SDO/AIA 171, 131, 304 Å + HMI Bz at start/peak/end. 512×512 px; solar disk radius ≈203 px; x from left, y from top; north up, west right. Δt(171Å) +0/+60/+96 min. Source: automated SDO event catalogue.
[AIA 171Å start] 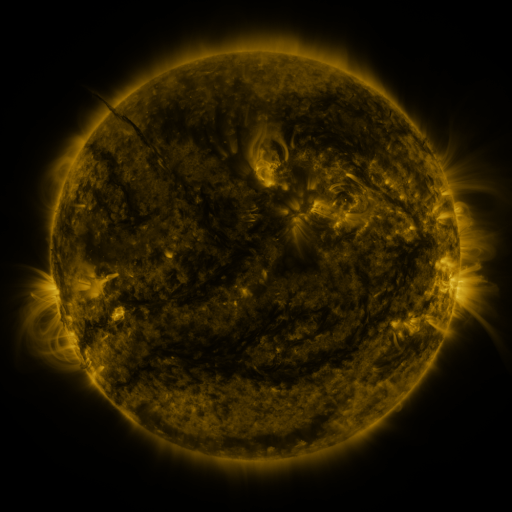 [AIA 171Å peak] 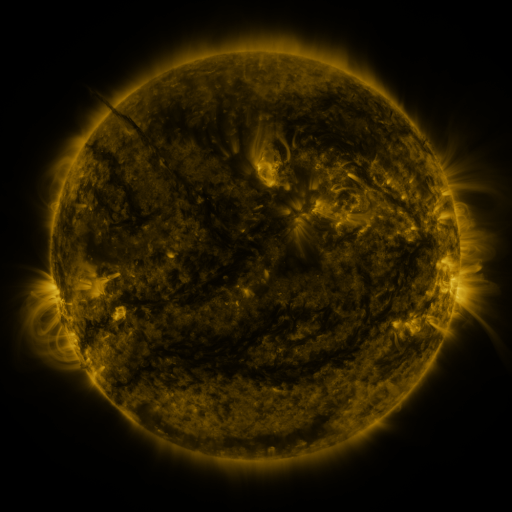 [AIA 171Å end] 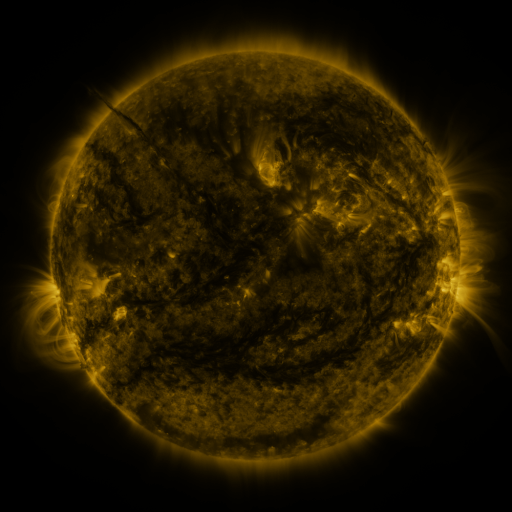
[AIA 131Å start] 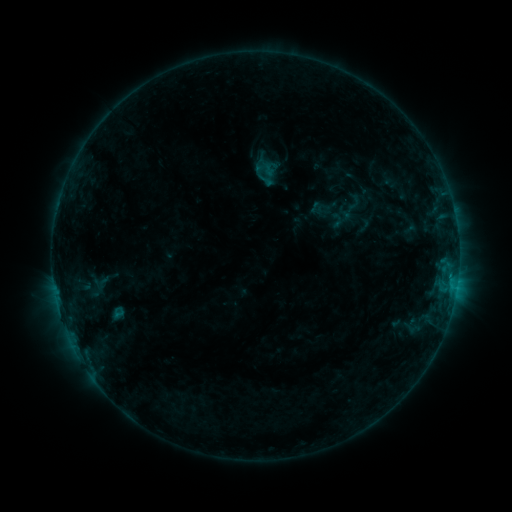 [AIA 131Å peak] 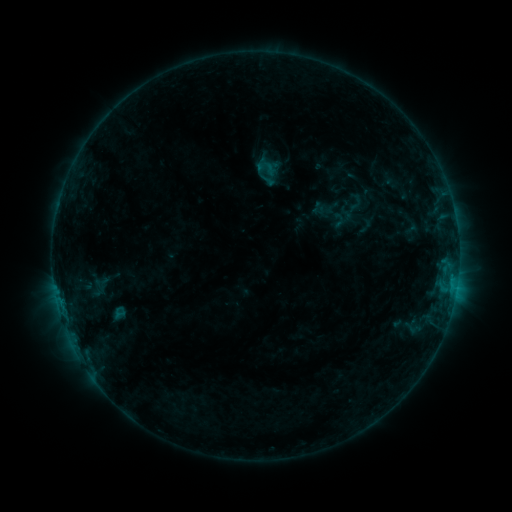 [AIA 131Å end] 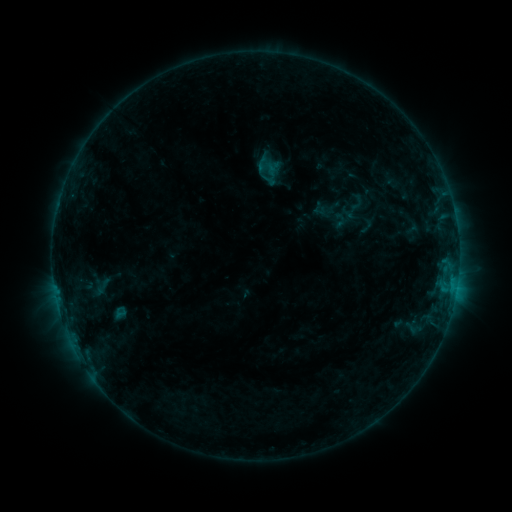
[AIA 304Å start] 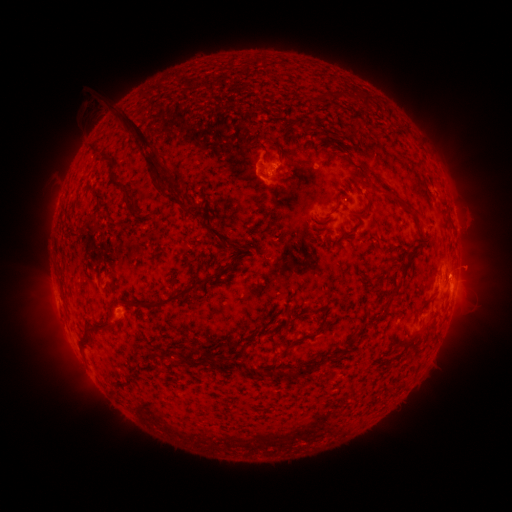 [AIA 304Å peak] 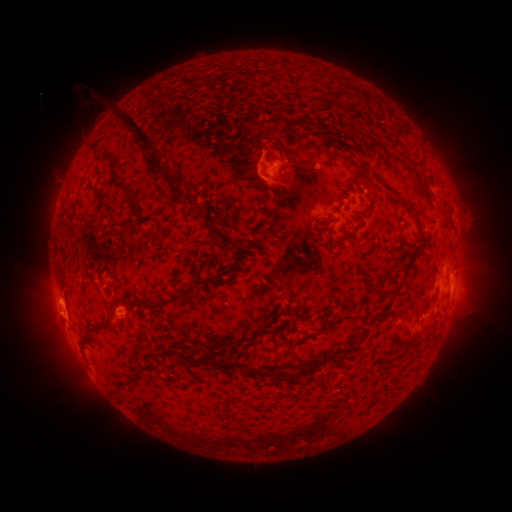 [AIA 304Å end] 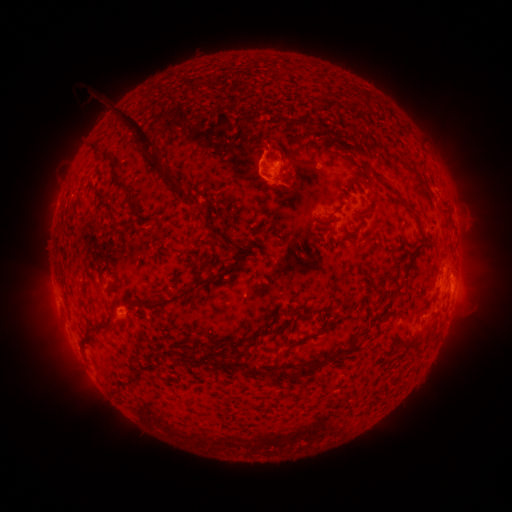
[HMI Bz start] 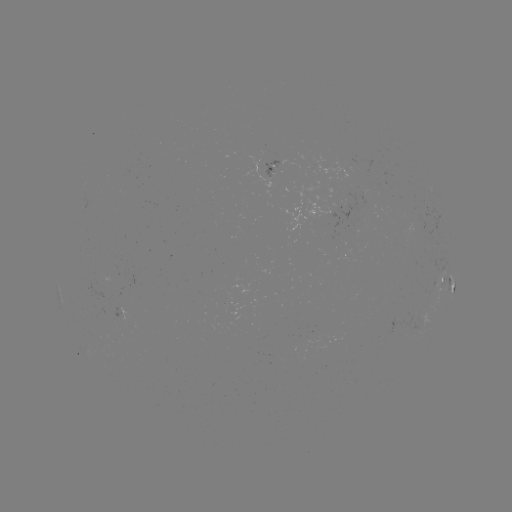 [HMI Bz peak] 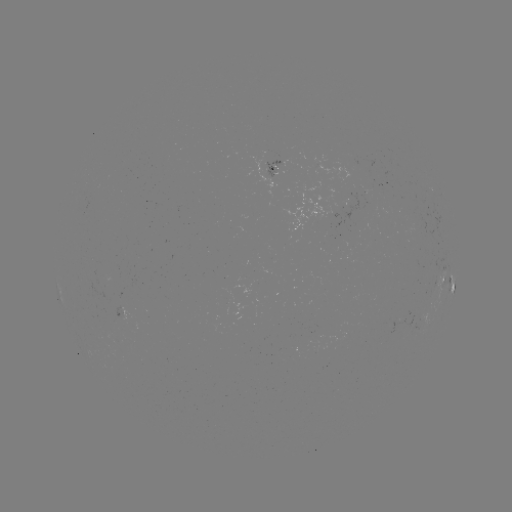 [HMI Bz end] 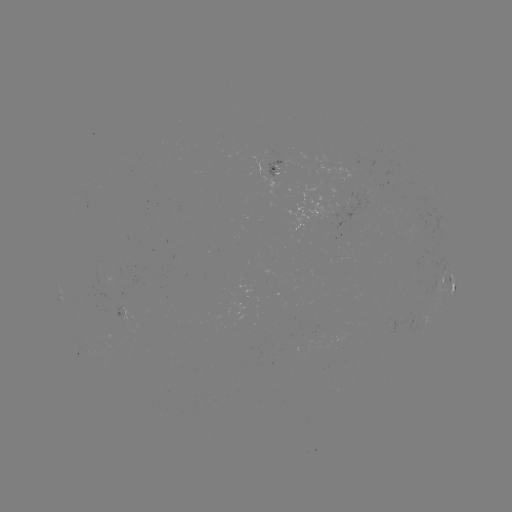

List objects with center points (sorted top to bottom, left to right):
emerging-flux region: (281, 163)
